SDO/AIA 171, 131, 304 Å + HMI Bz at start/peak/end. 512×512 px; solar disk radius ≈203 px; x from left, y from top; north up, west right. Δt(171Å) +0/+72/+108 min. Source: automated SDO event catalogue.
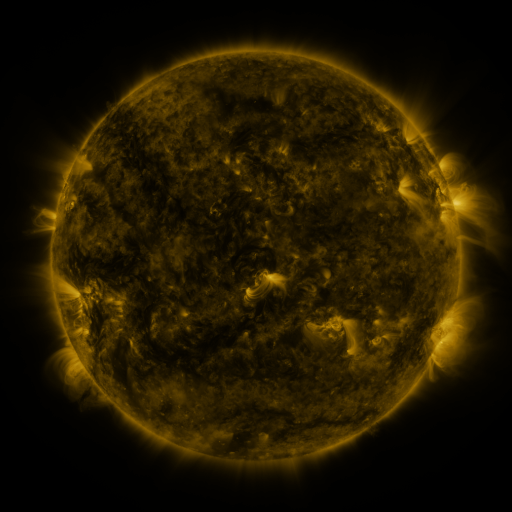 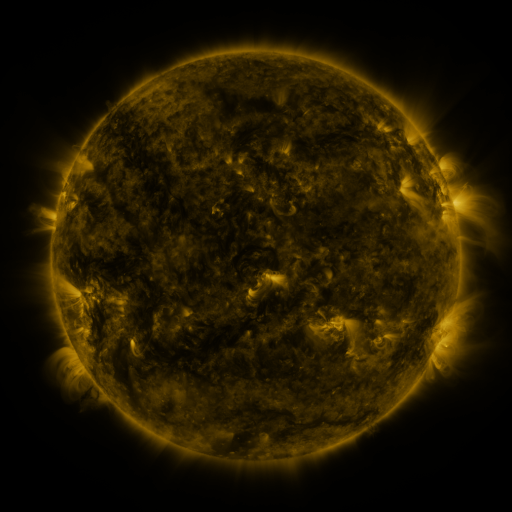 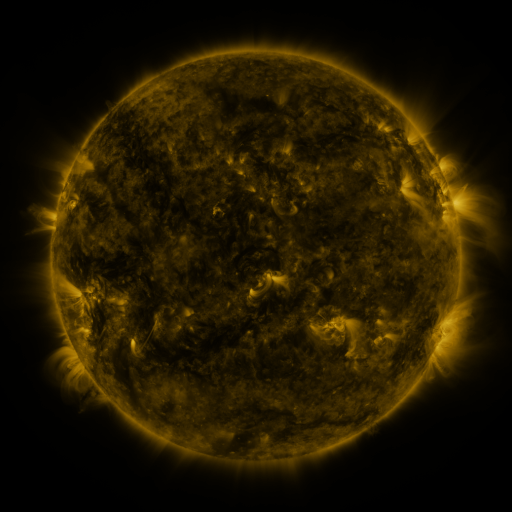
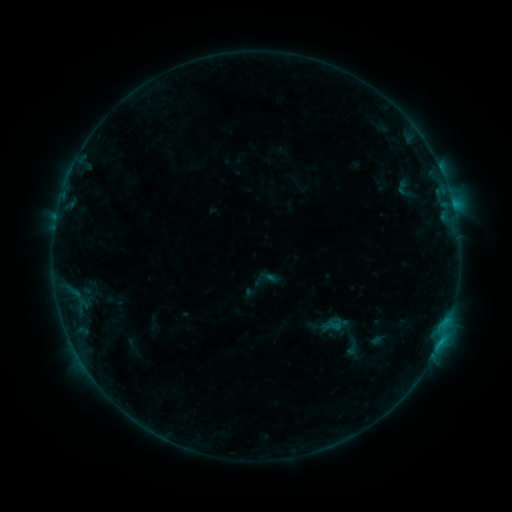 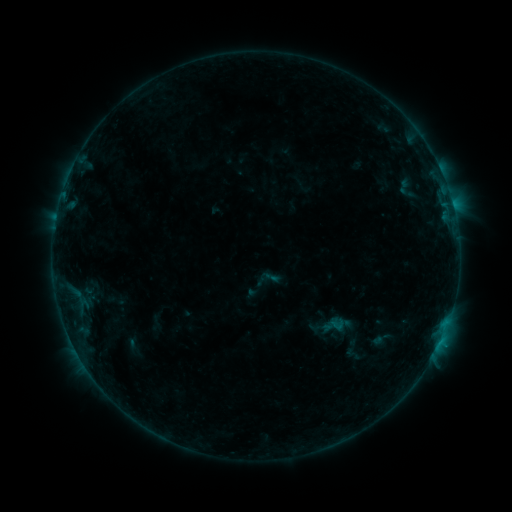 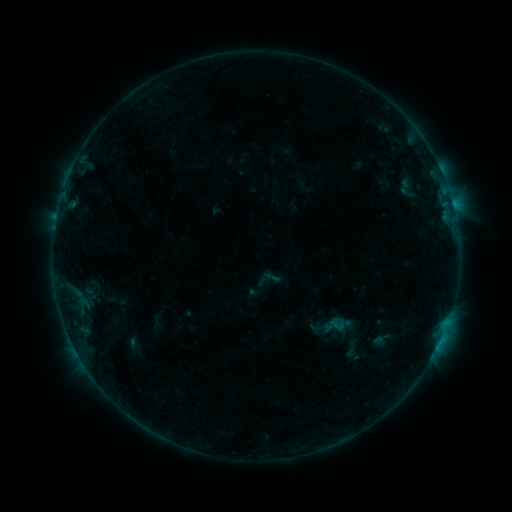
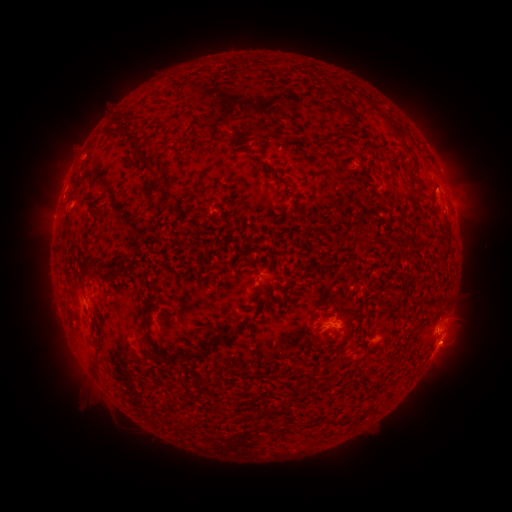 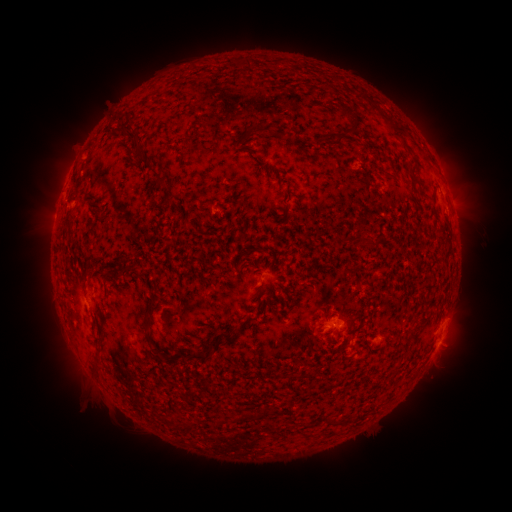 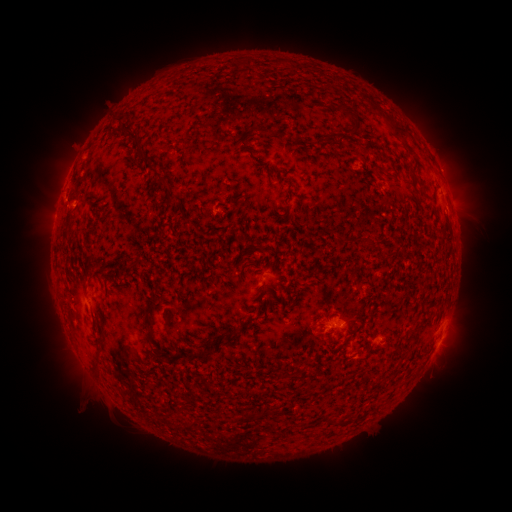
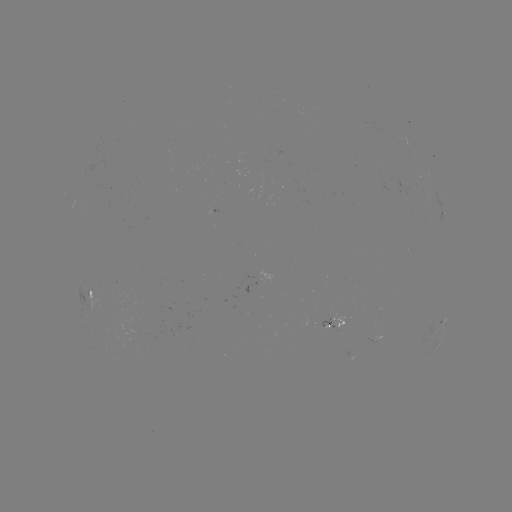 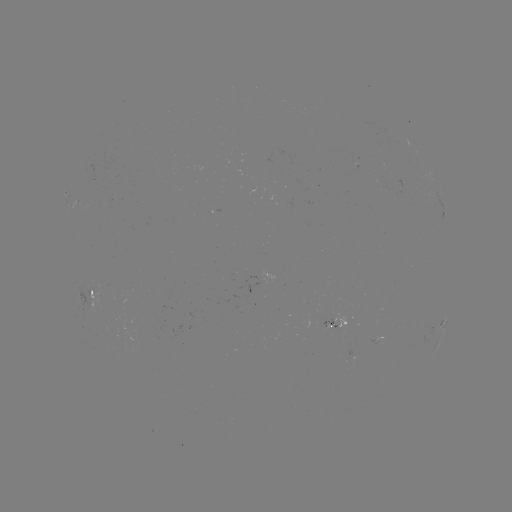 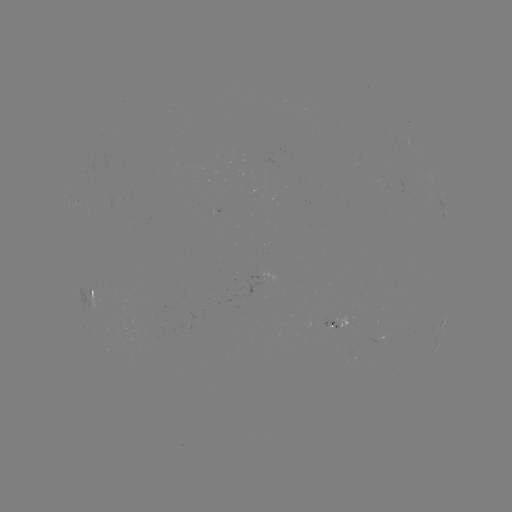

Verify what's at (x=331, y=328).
emerging-flux region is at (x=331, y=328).